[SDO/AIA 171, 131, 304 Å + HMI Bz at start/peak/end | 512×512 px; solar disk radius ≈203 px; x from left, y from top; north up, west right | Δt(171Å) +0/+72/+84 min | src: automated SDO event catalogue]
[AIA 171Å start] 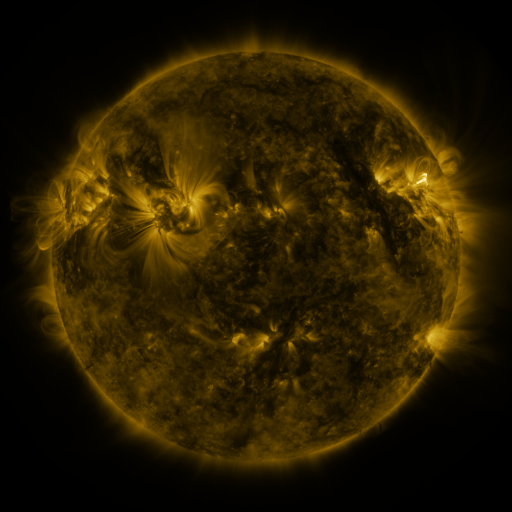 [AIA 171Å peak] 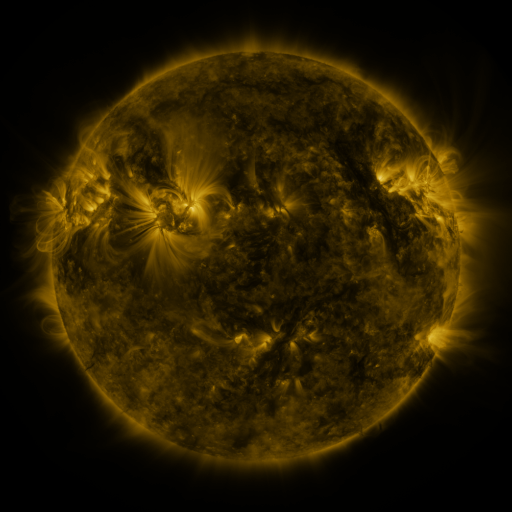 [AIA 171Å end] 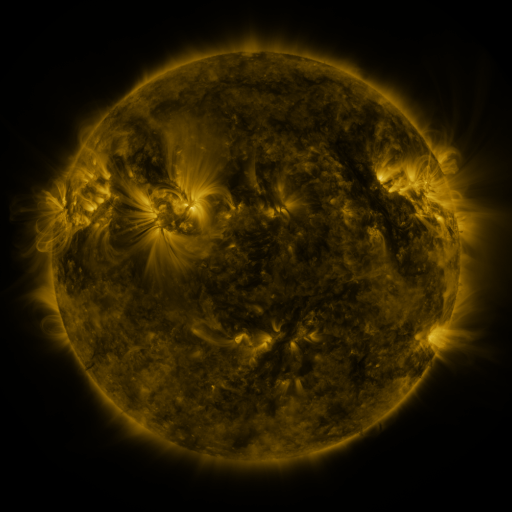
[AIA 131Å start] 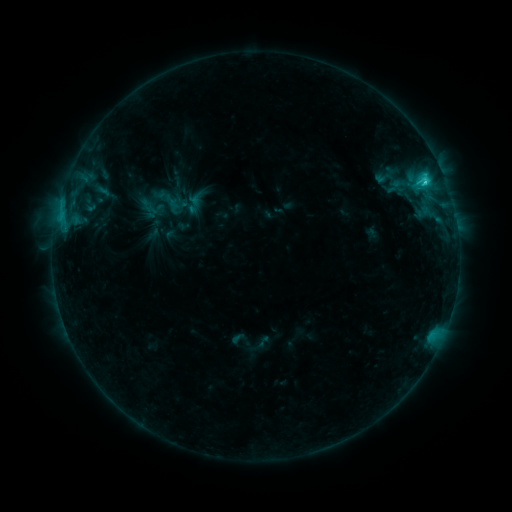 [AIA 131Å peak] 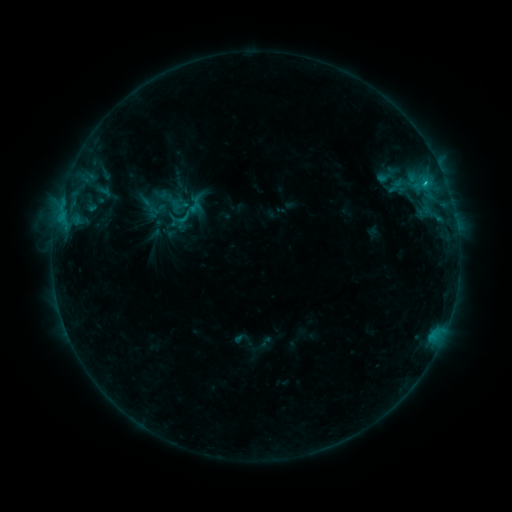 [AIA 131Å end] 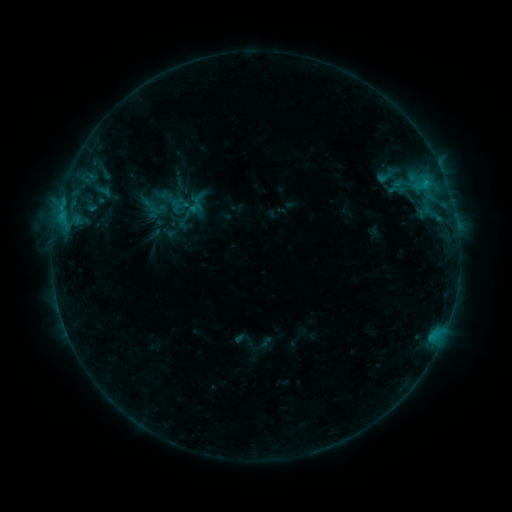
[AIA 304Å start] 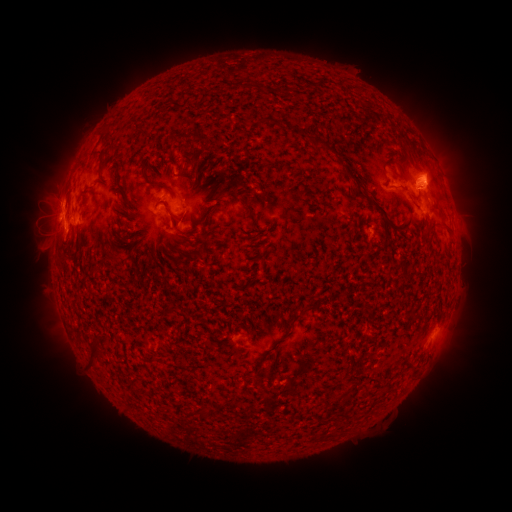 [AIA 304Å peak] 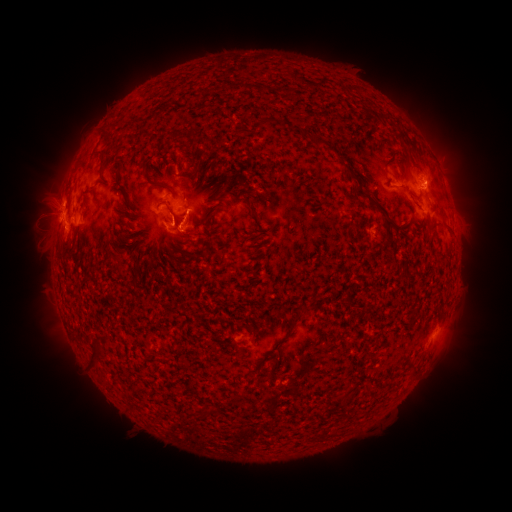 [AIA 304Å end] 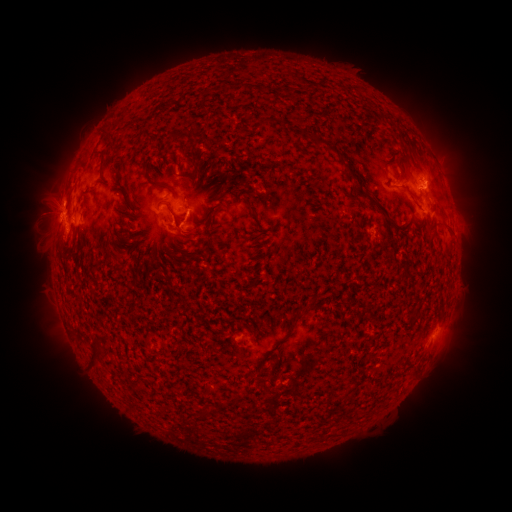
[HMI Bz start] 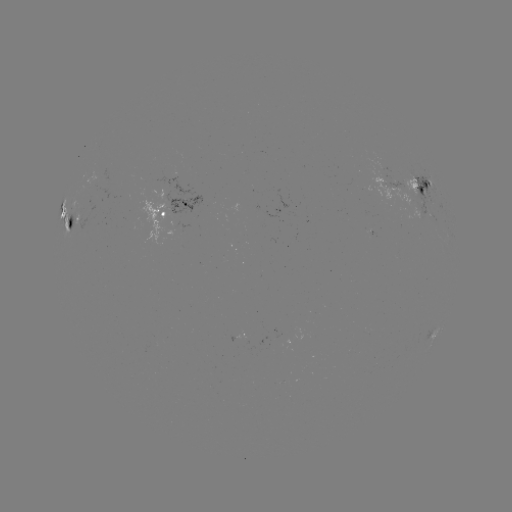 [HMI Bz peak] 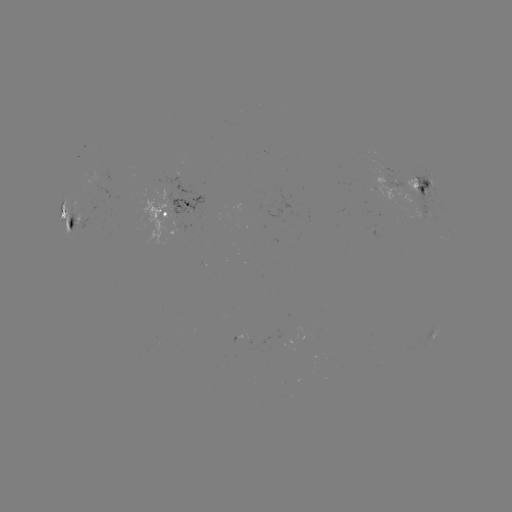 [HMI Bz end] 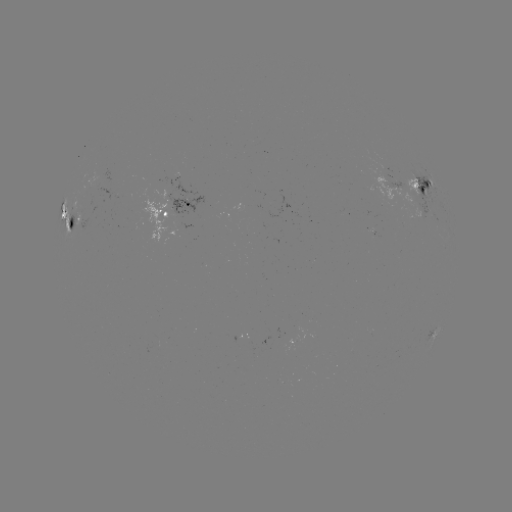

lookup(emerging-flux region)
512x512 [97, 181]